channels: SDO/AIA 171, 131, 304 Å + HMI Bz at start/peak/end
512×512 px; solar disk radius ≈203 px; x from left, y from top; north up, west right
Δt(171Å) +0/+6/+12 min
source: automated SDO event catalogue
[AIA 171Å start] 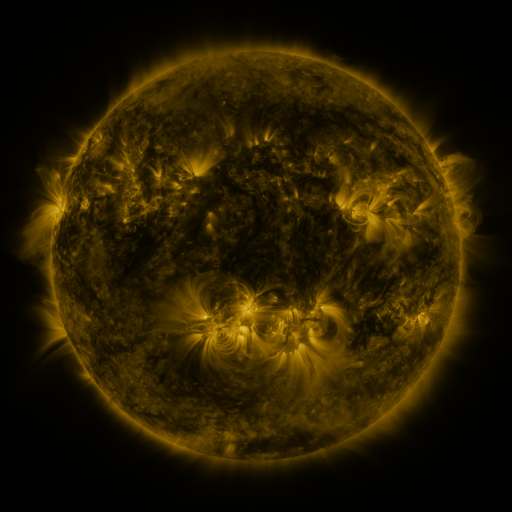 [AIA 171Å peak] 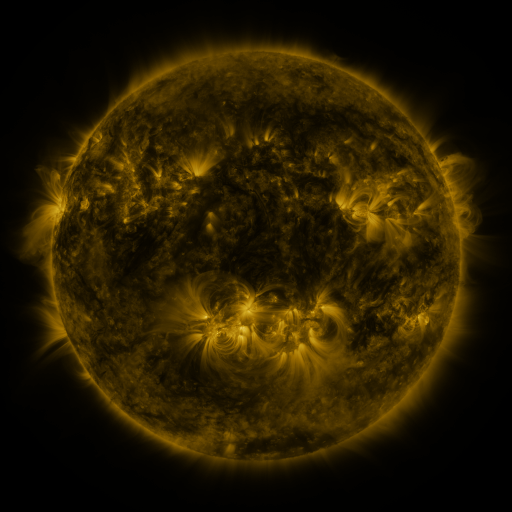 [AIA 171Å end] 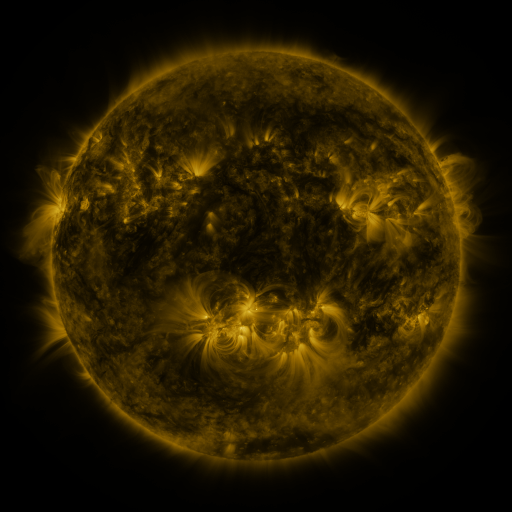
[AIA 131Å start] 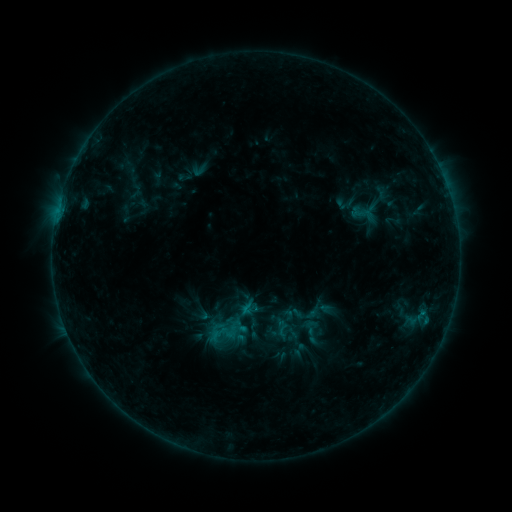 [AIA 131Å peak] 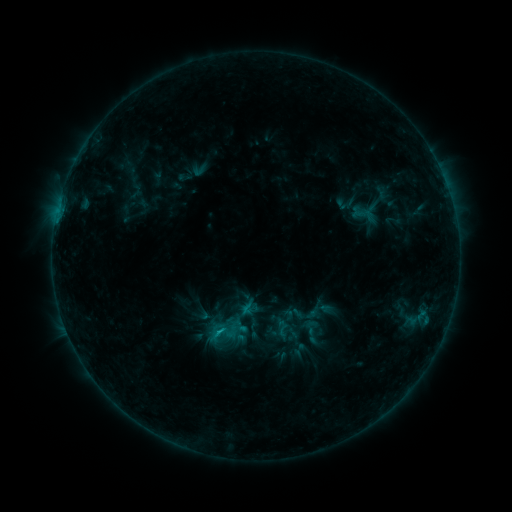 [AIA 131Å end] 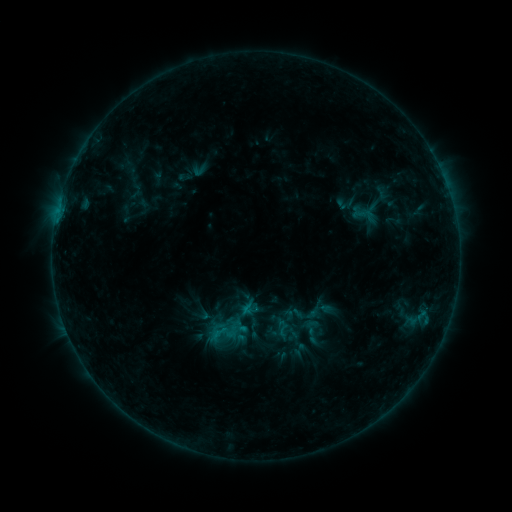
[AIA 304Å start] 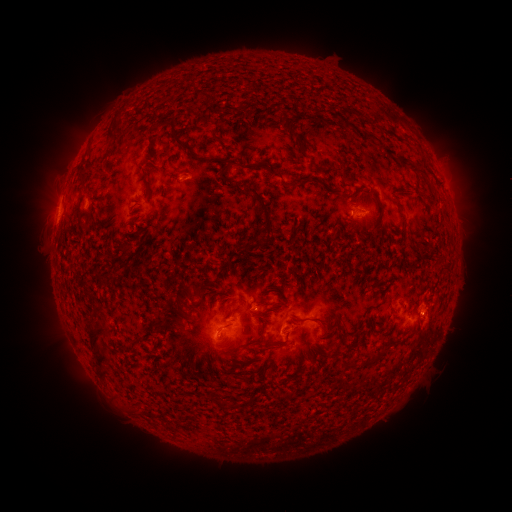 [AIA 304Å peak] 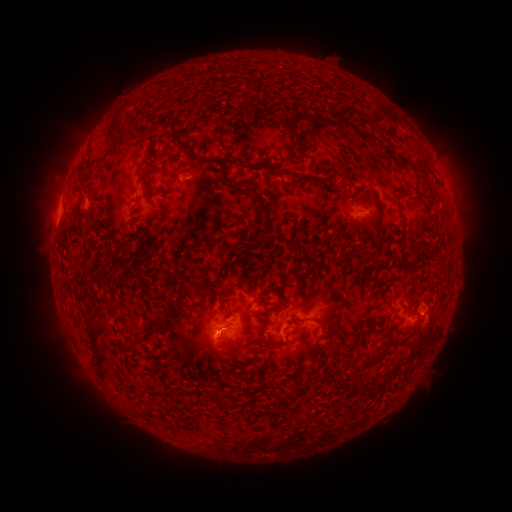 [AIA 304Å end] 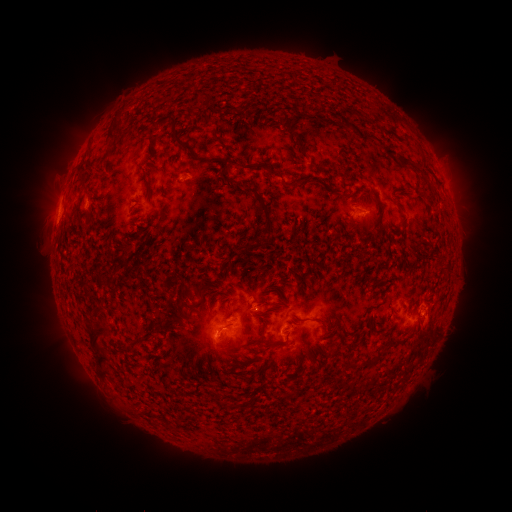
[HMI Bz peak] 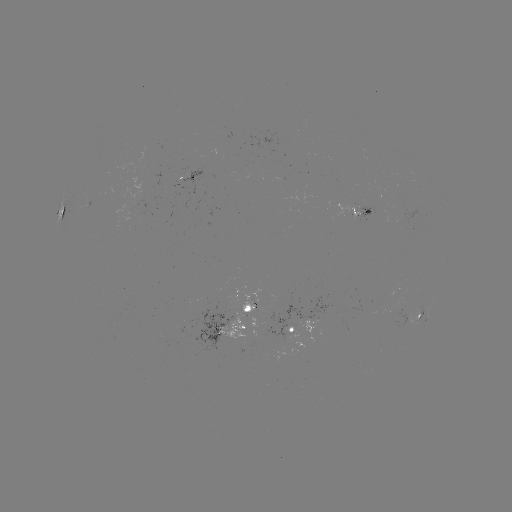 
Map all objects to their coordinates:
B6.7 flare: (220, 328)
